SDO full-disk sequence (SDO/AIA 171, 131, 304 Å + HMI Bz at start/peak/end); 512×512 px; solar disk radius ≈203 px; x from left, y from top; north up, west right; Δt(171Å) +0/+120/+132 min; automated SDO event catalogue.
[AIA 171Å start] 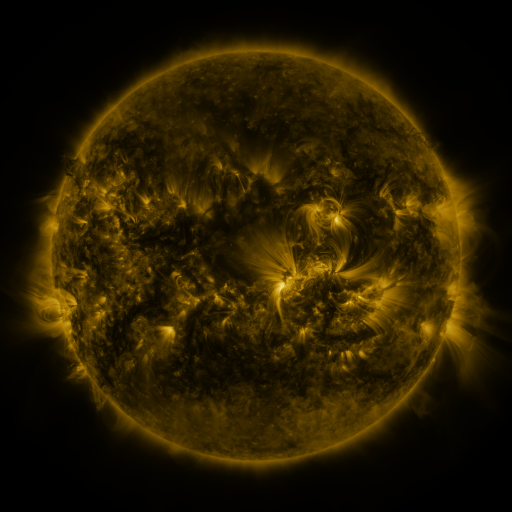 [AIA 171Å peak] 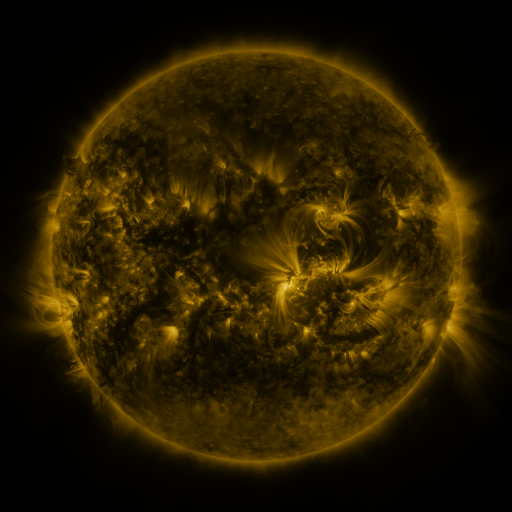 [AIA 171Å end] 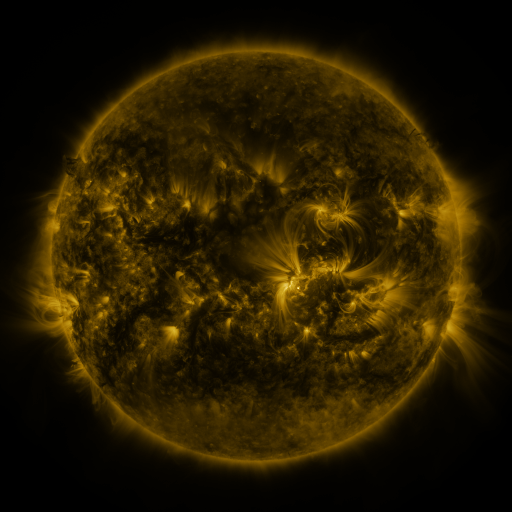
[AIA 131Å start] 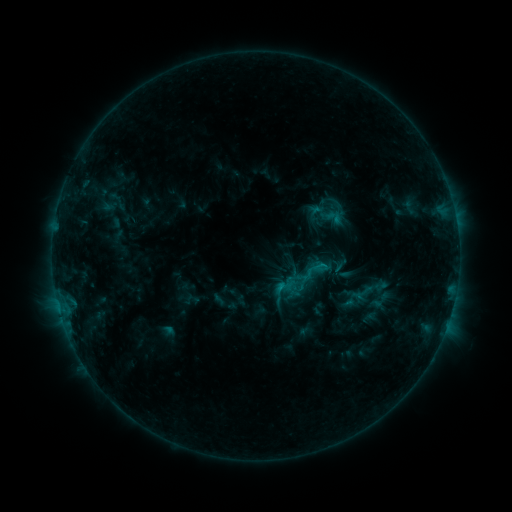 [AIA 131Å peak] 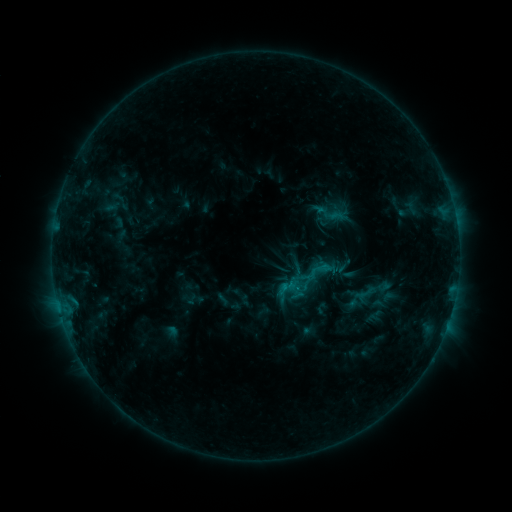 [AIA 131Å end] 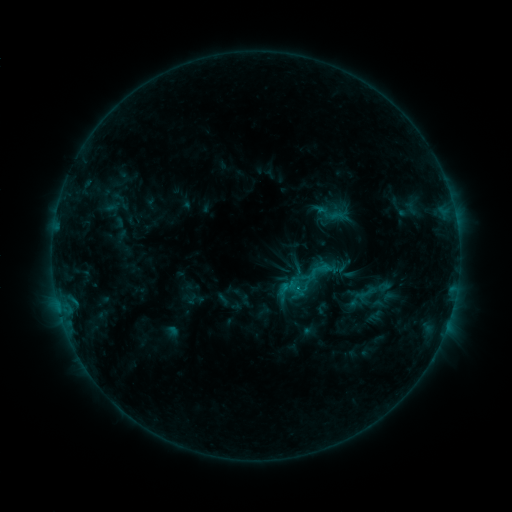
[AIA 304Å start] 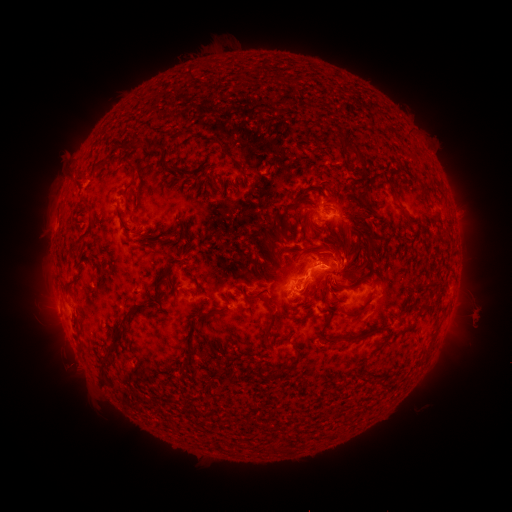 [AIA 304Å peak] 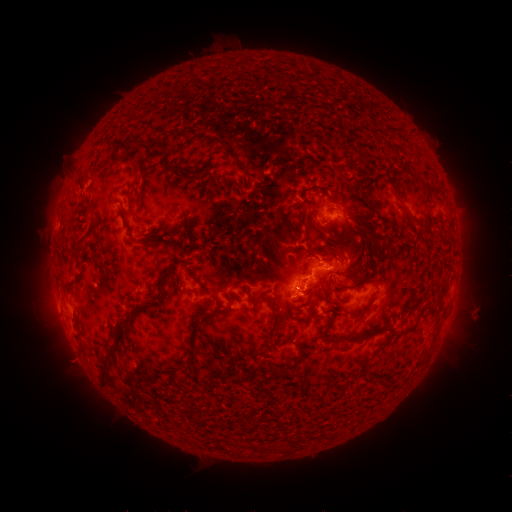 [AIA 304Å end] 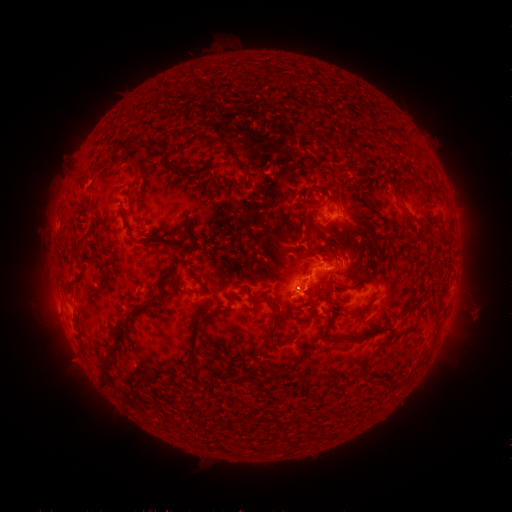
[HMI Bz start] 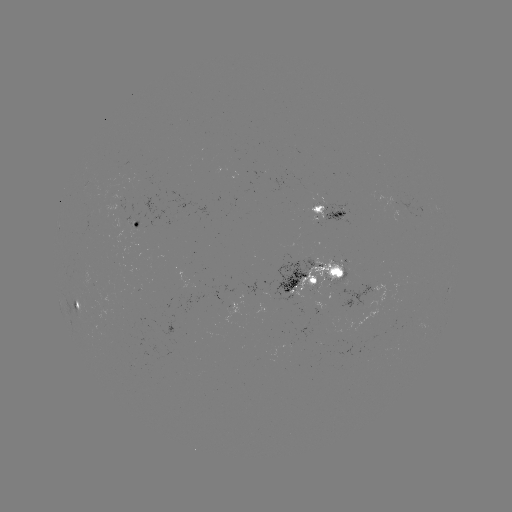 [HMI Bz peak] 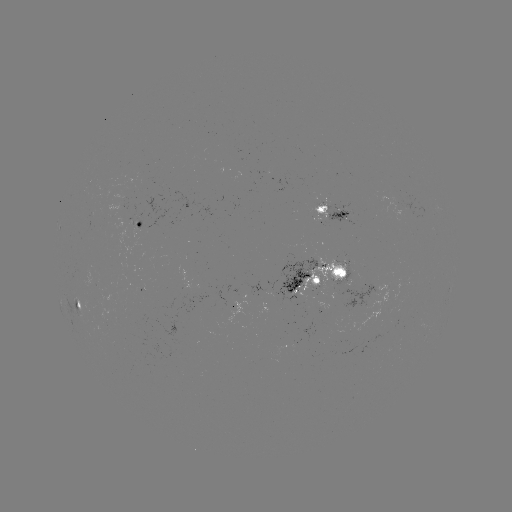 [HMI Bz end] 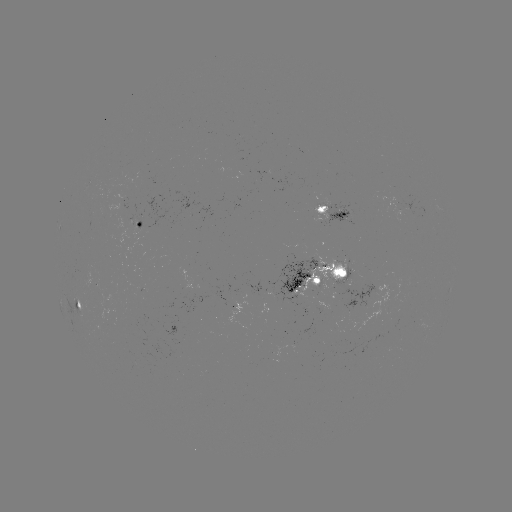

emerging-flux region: <bbox>277, 257, 317, 306</bbox>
